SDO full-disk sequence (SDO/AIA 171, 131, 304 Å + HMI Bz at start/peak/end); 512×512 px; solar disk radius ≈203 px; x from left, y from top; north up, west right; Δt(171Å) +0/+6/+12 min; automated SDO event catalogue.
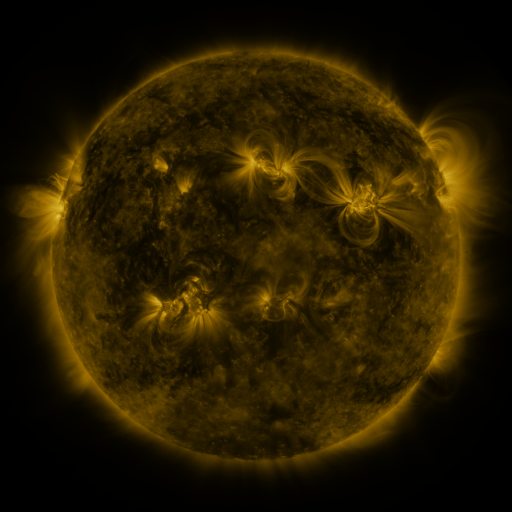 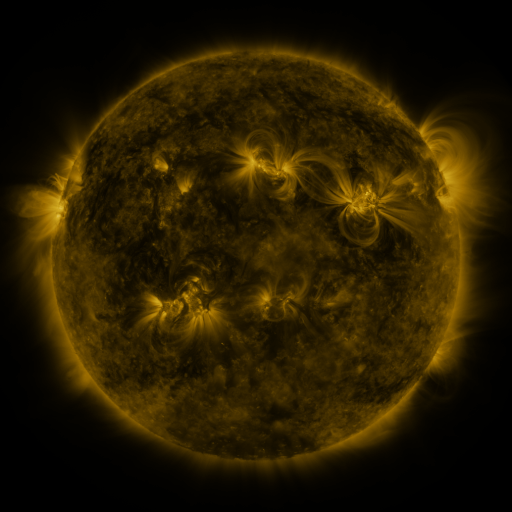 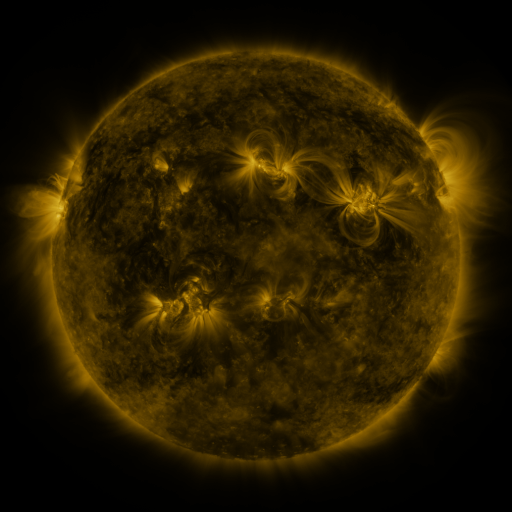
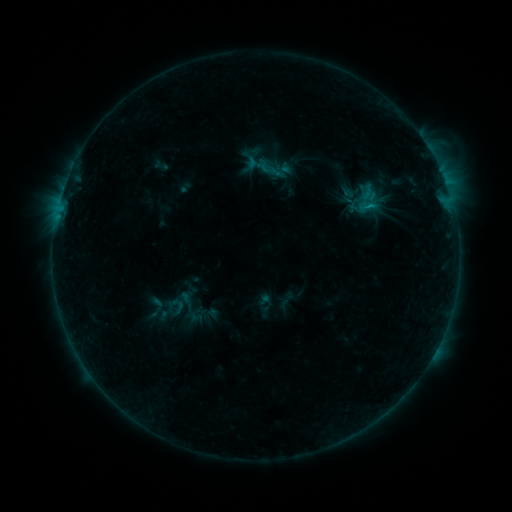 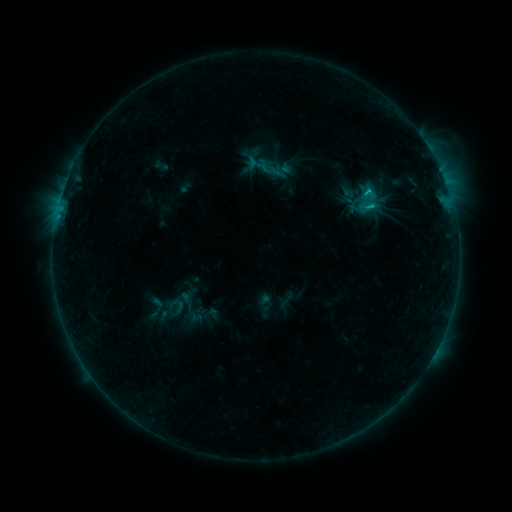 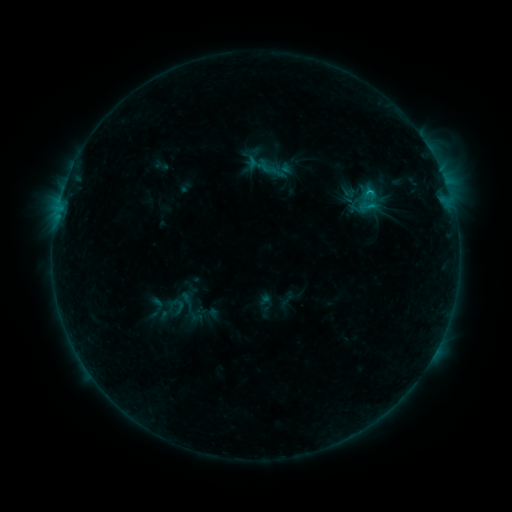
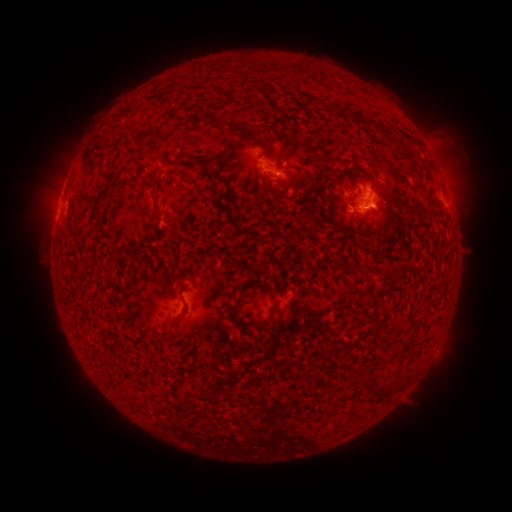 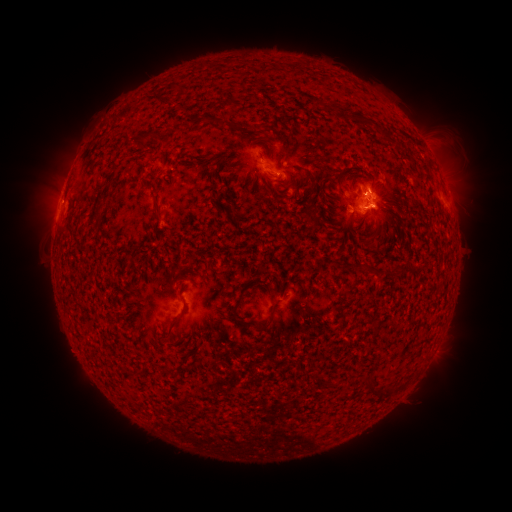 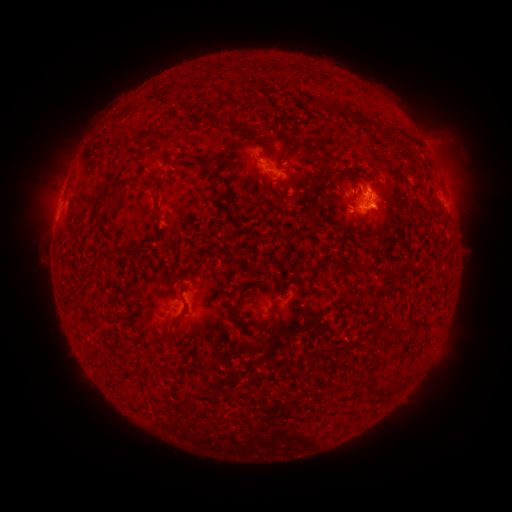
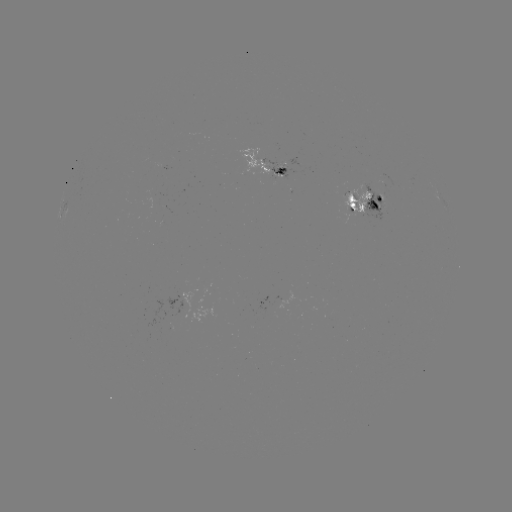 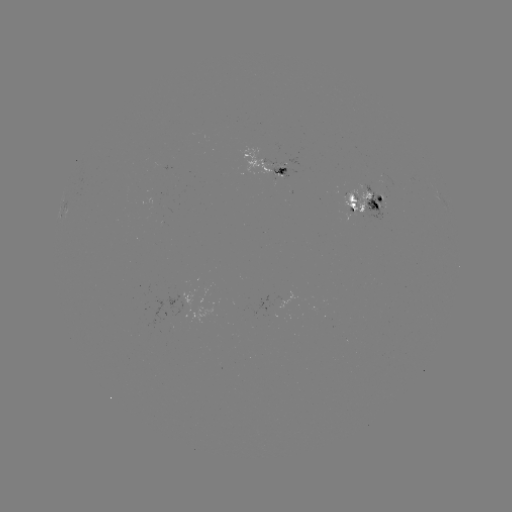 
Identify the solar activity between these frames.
C1.1 flare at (374, 200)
